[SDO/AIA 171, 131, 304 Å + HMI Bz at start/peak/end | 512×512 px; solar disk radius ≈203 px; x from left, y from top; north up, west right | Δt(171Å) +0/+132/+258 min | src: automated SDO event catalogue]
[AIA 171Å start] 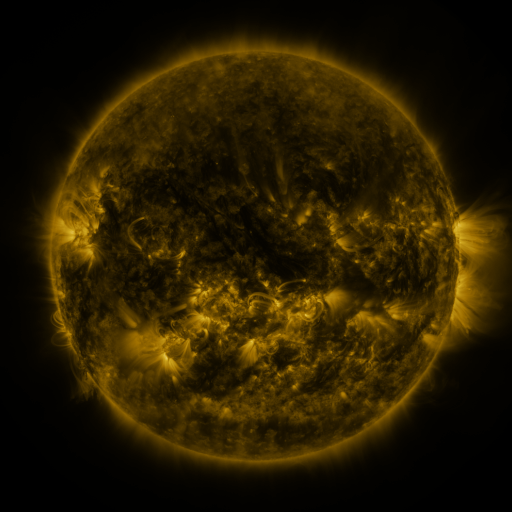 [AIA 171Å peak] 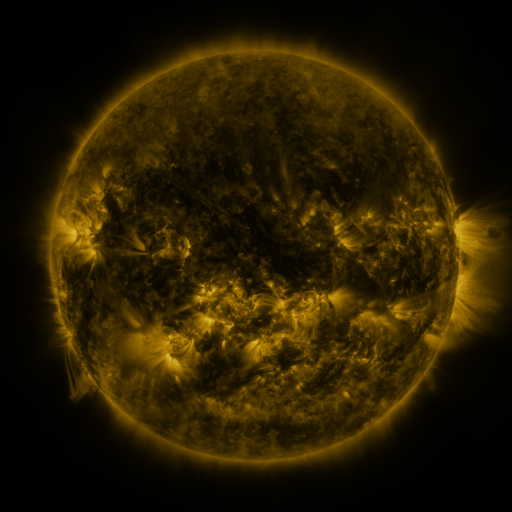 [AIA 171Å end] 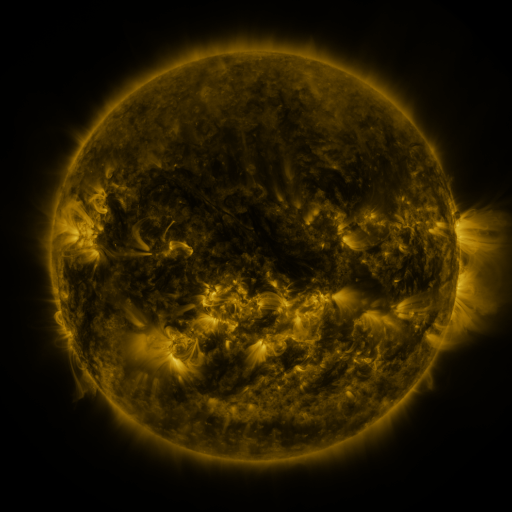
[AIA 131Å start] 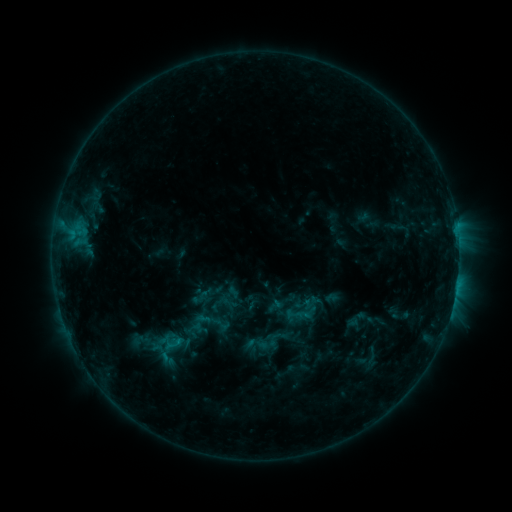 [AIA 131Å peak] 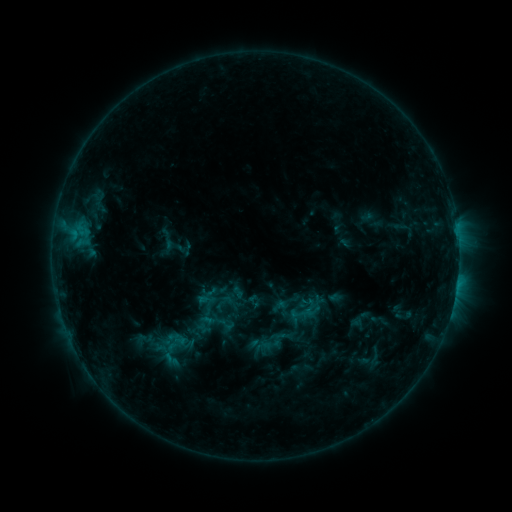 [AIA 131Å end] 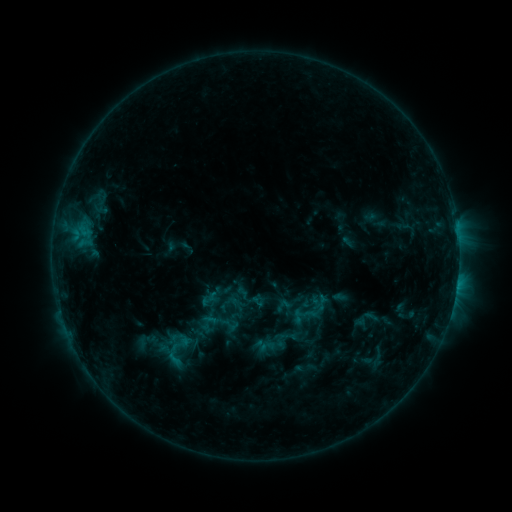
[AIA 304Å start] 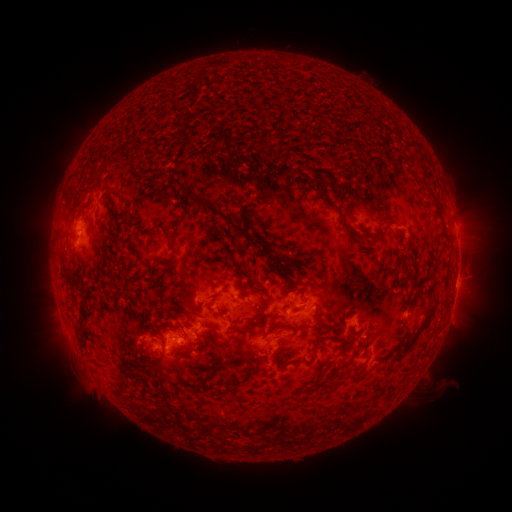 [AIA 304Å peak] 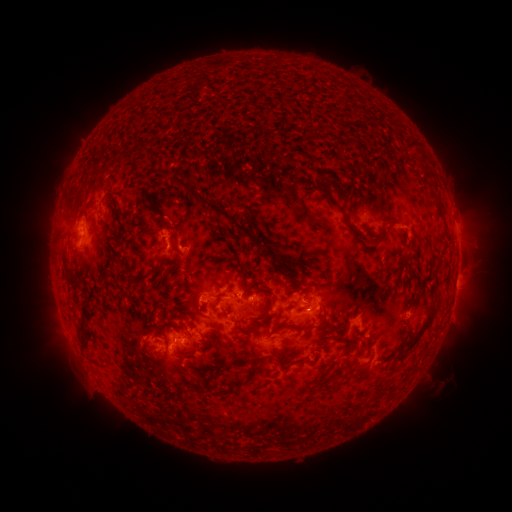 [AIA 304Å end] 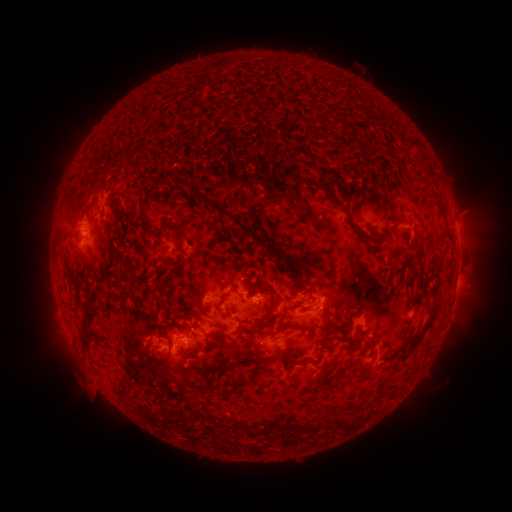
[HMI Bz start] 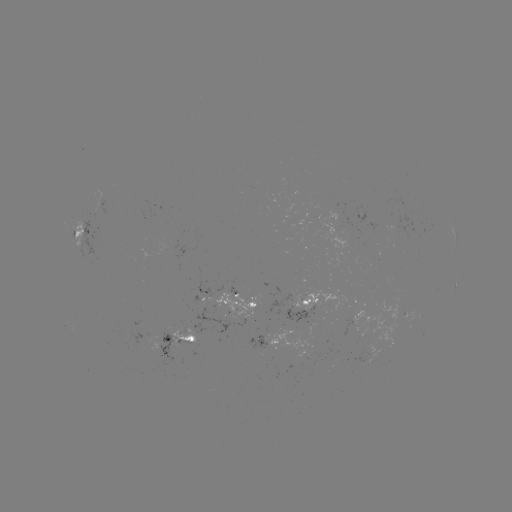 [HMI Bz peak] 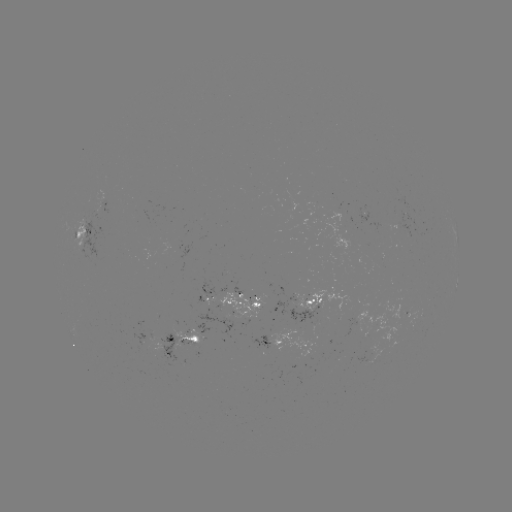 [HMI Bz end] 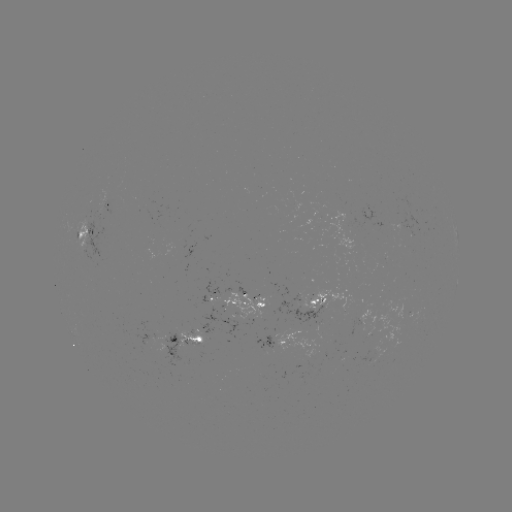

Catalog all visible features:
filament eruption: (145, 241)
